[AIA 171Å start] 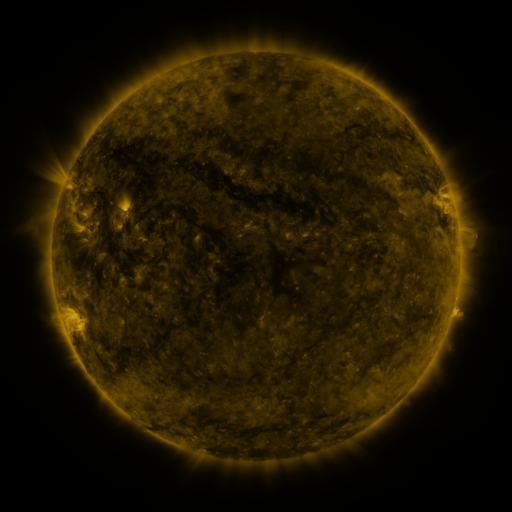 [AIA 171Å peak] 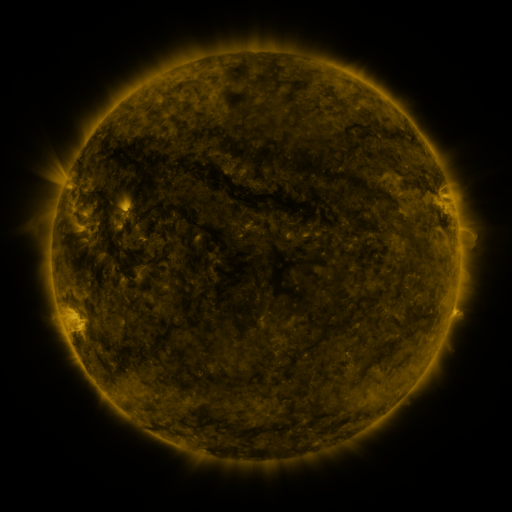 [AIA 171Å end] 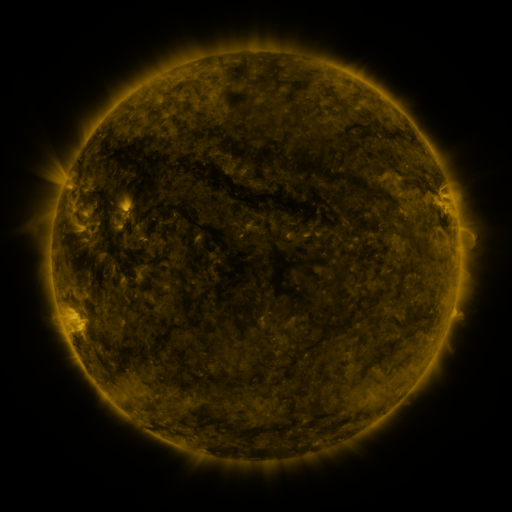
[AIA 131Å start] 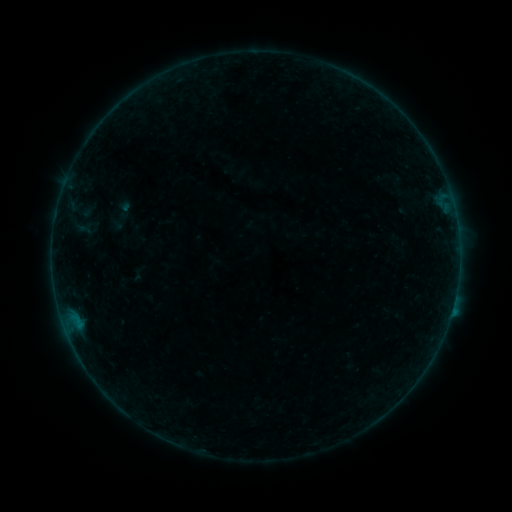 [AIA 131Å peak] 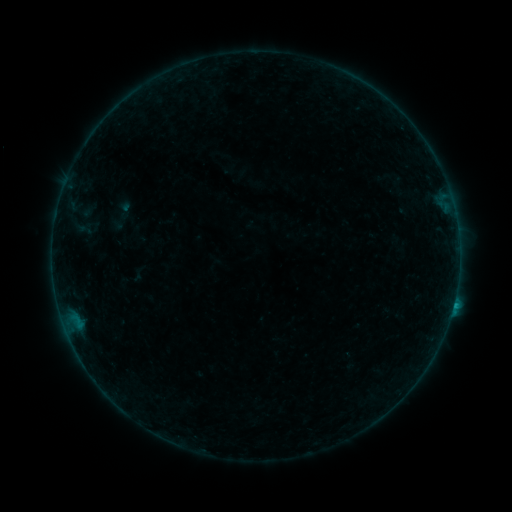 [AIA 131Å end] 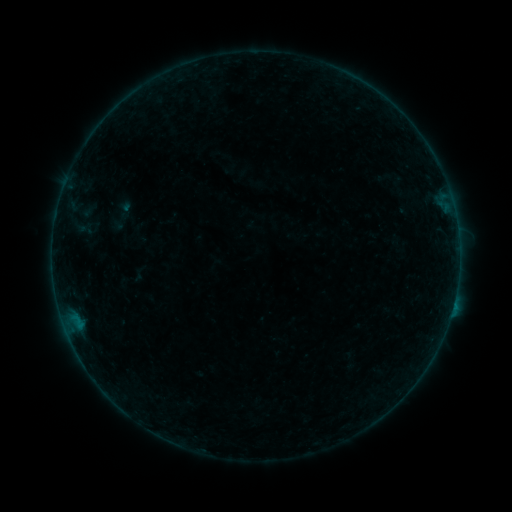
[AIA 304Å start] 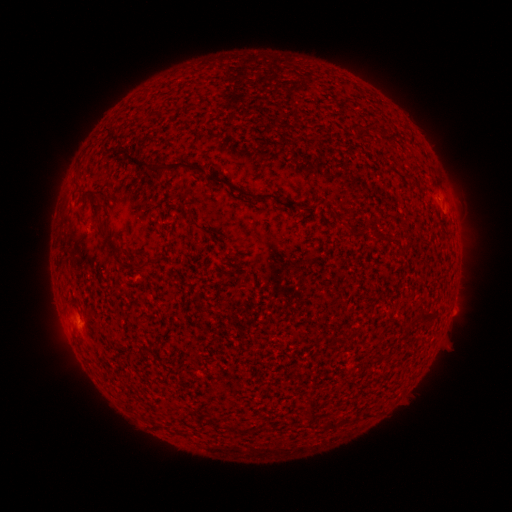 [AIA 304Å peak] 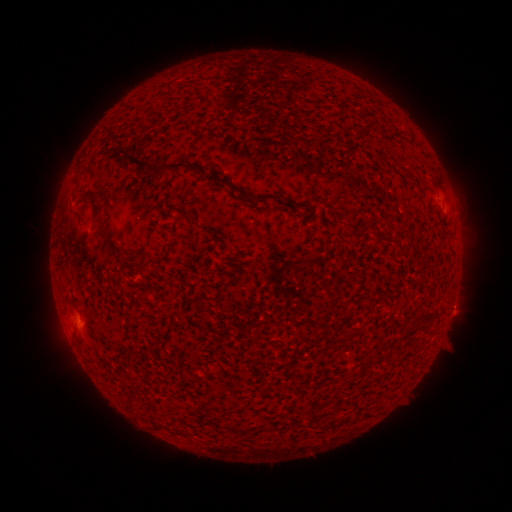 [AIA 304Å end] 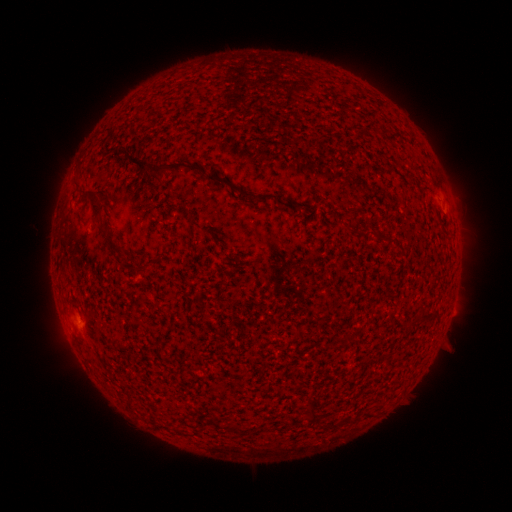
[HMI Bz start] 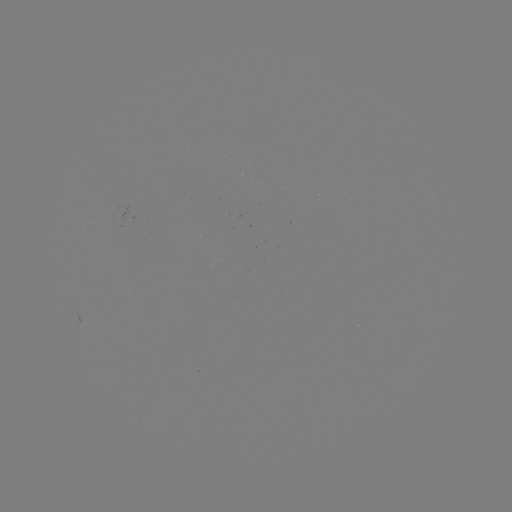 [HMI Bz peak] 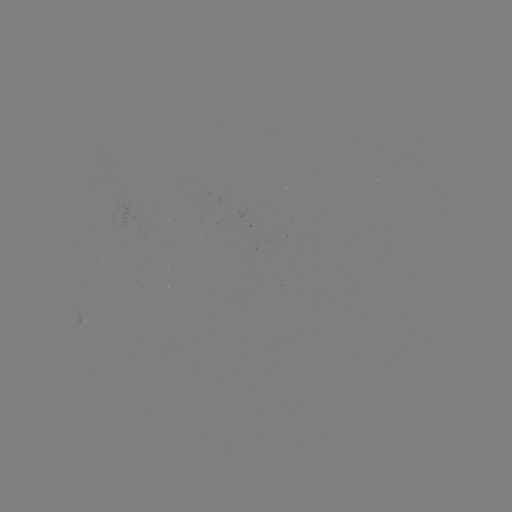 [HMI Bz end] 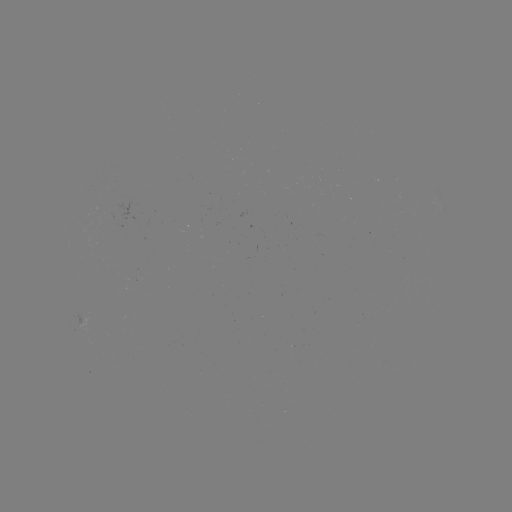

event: flare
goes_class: B4.6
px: (453, 302)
